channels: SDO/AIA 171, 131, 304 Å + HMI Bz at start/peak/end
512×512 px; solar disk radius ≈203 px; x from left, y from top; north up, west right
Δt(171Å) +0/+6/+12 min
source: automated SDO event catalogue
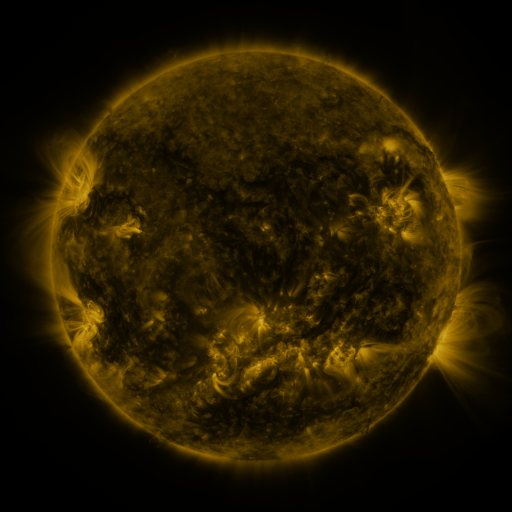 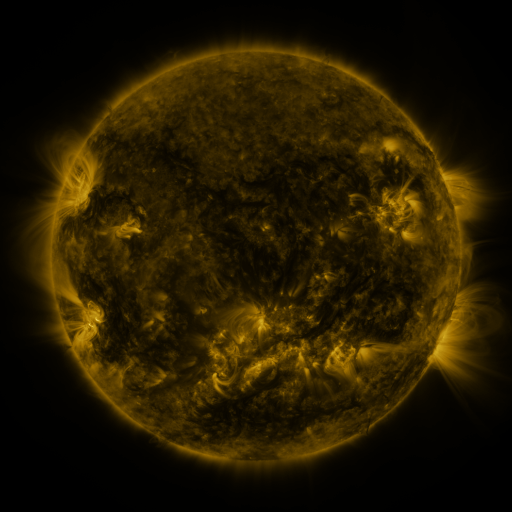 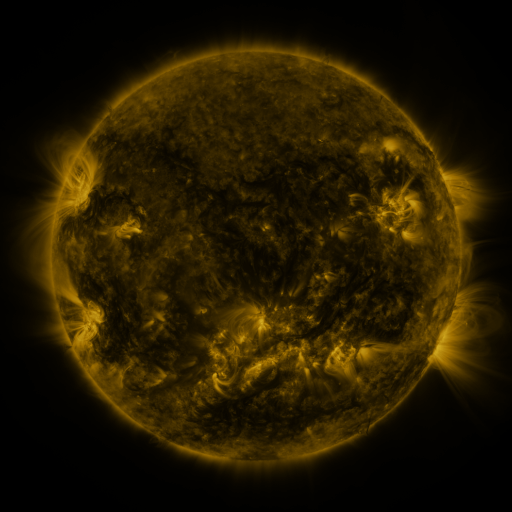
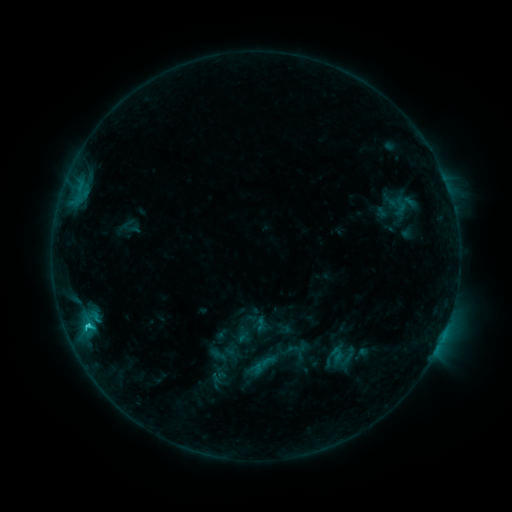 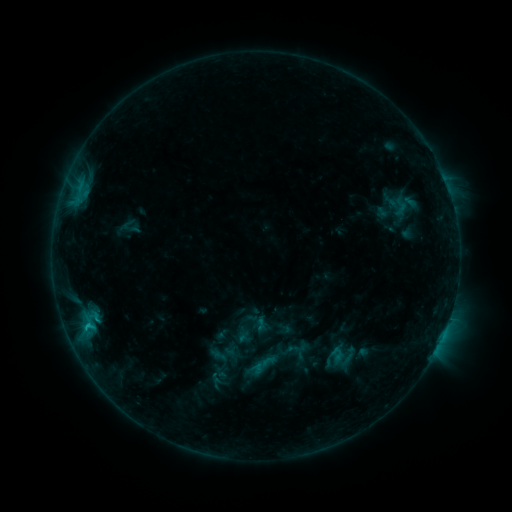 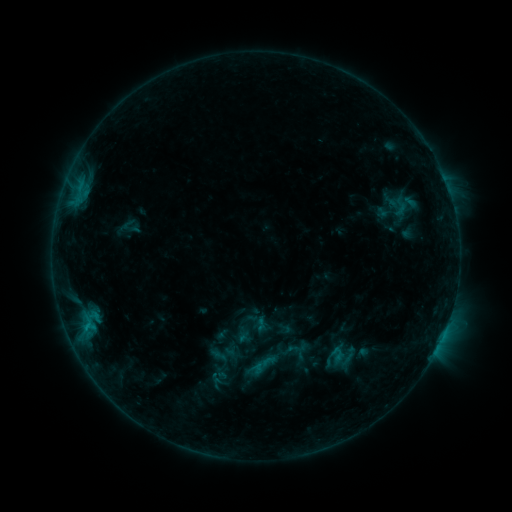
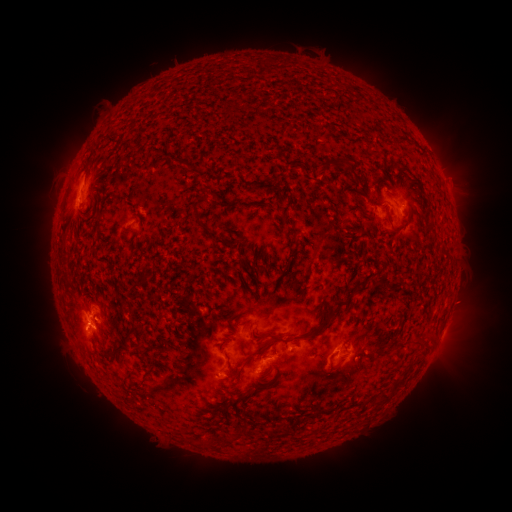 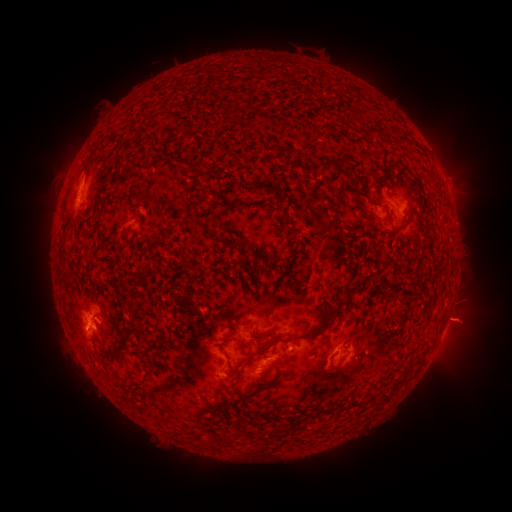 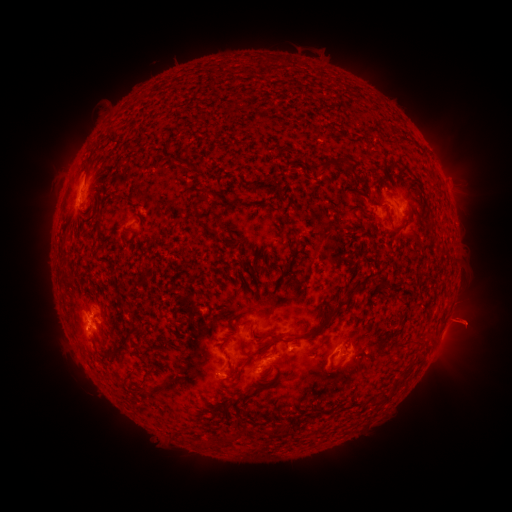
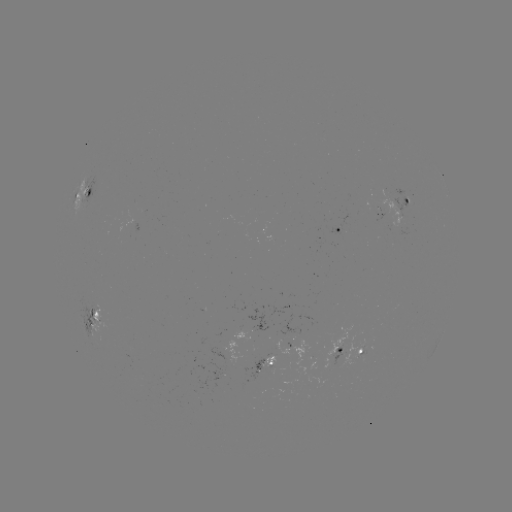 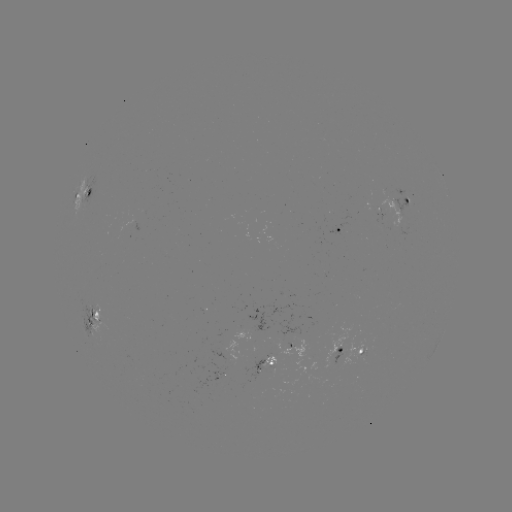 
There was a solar eruption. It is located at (470, 321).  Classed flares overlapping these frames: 1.